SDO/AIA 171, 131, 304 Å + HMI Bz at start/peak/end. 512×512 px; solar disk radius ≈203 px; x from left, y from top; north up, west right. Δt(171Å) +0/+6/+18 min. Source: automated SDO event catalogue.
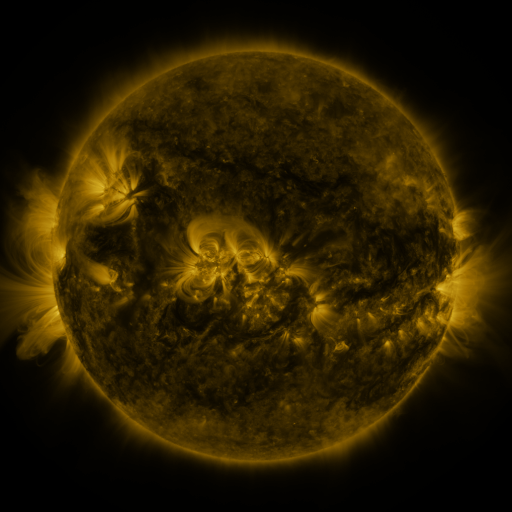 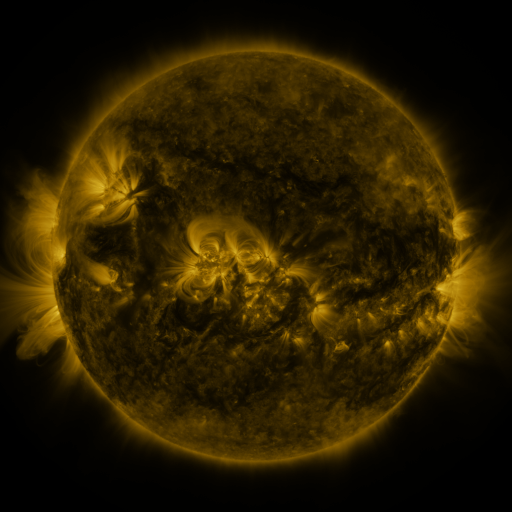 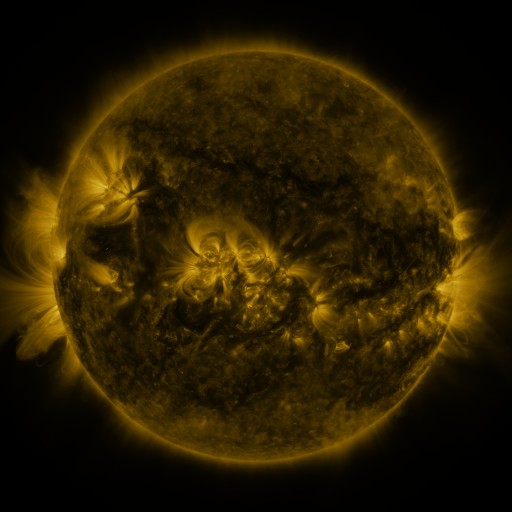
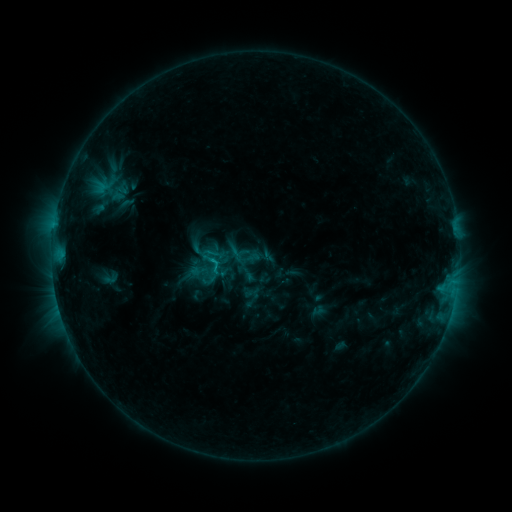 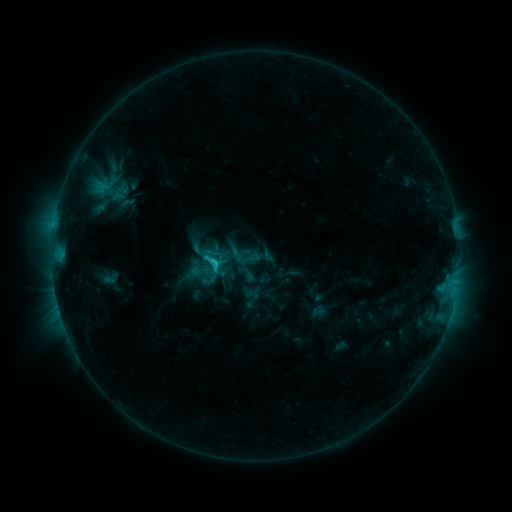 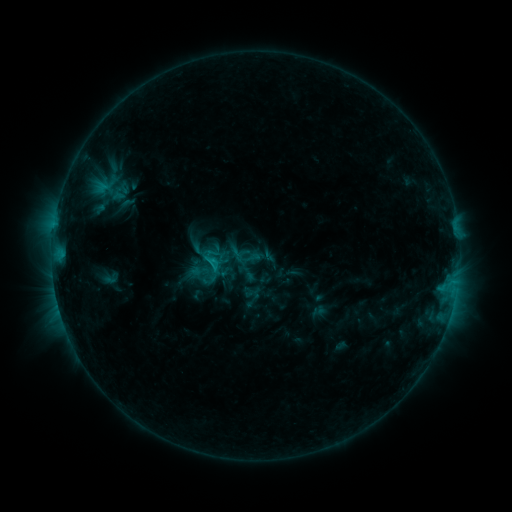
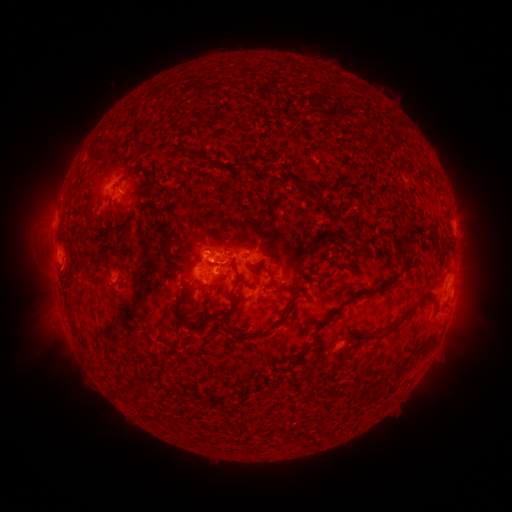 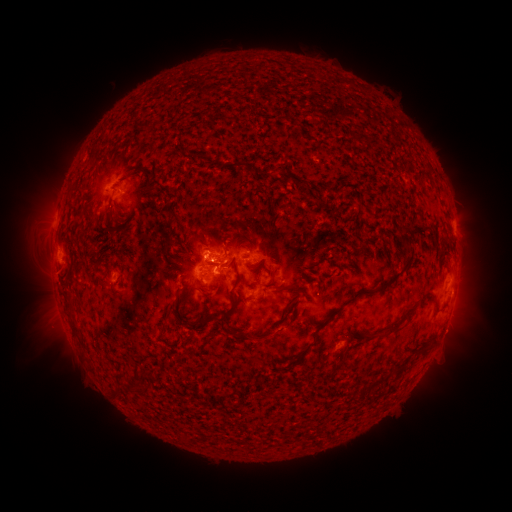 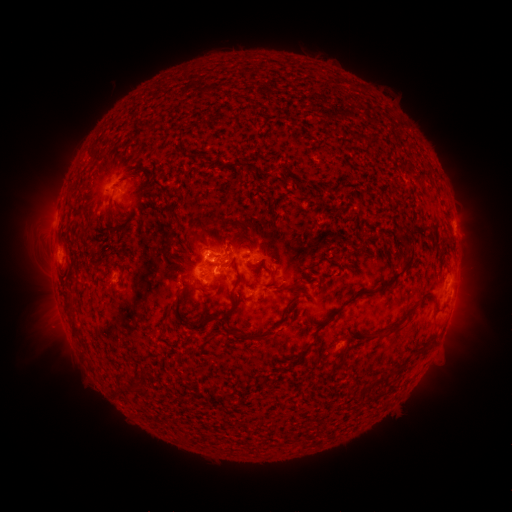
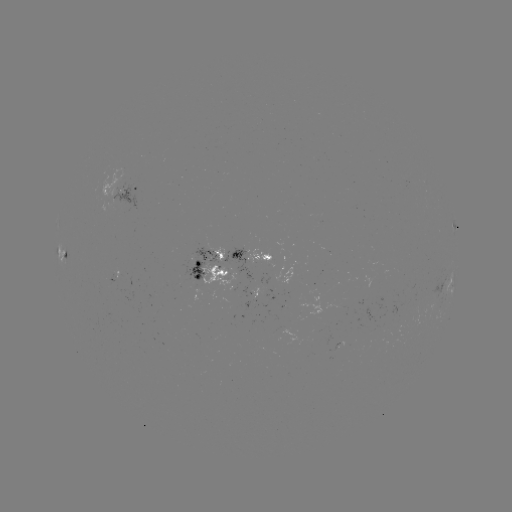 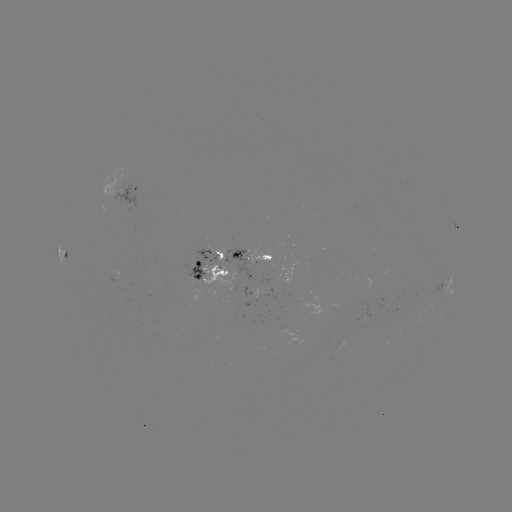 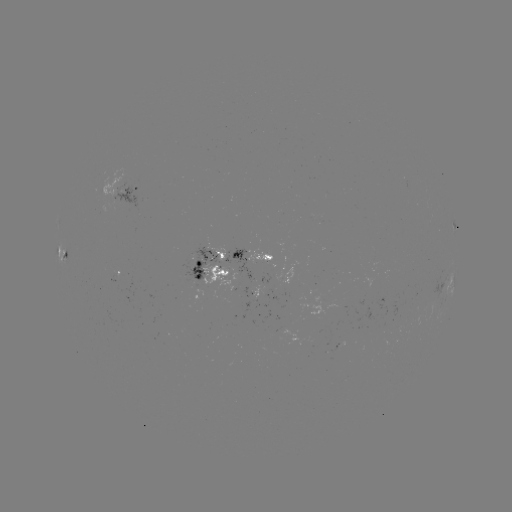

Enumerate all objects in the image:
C1.7 flare: (217, 259)
